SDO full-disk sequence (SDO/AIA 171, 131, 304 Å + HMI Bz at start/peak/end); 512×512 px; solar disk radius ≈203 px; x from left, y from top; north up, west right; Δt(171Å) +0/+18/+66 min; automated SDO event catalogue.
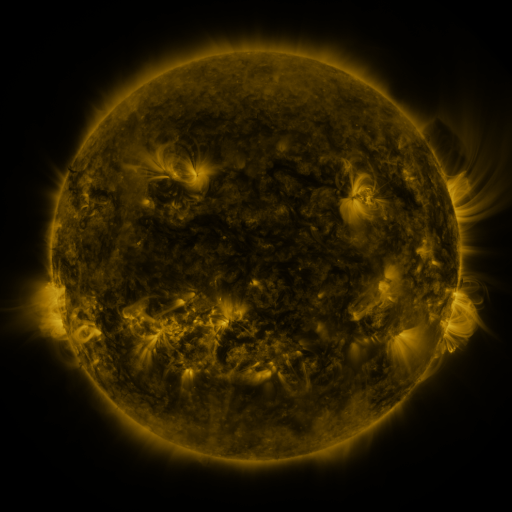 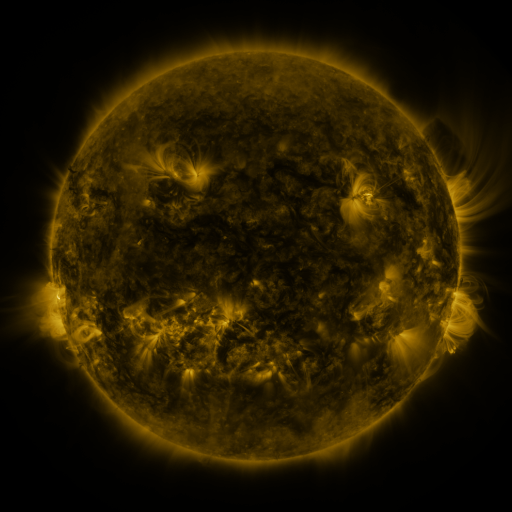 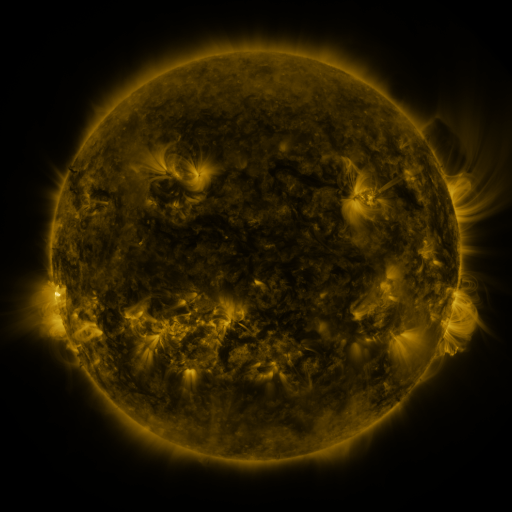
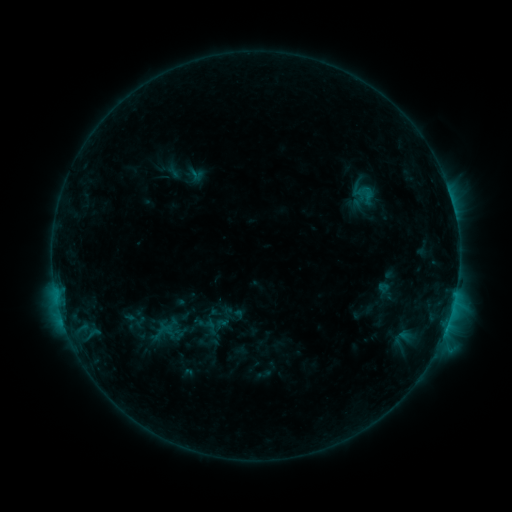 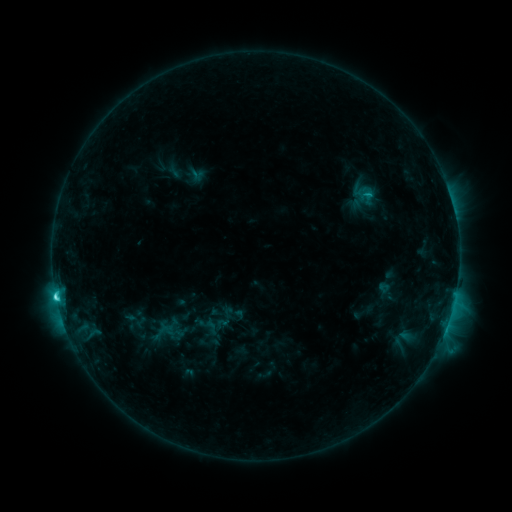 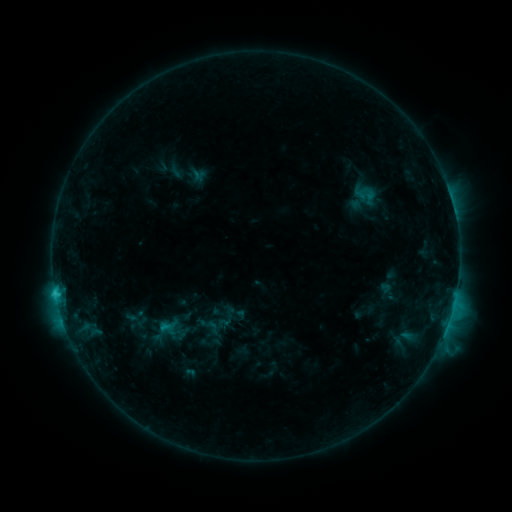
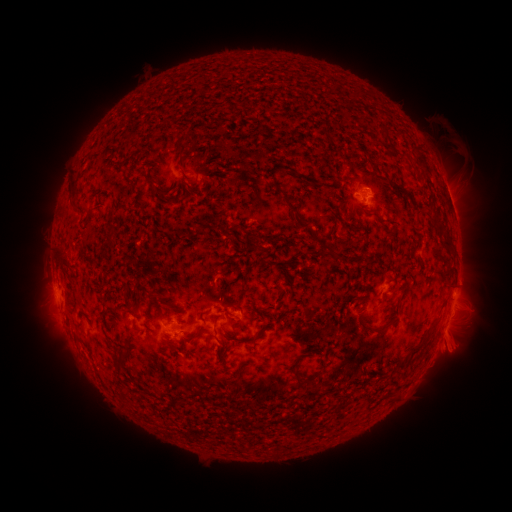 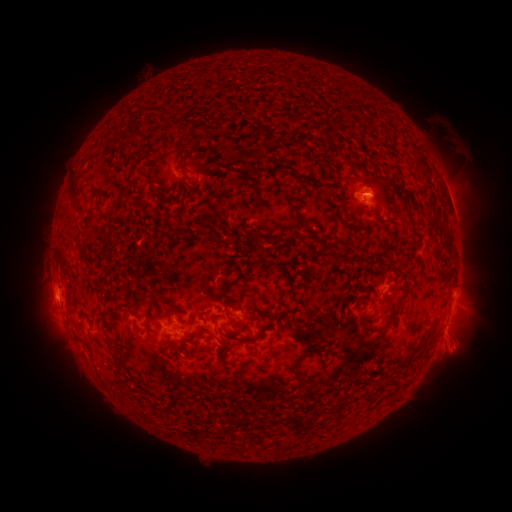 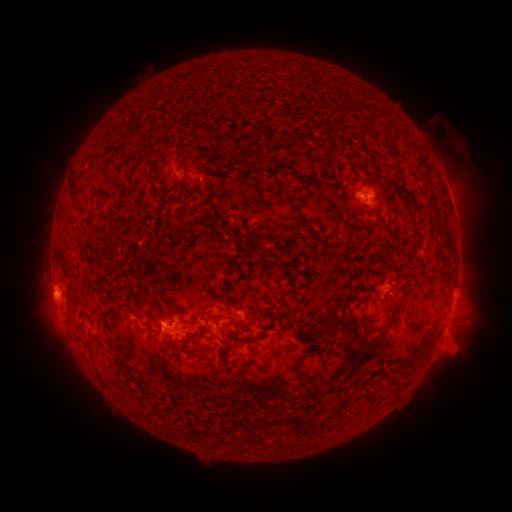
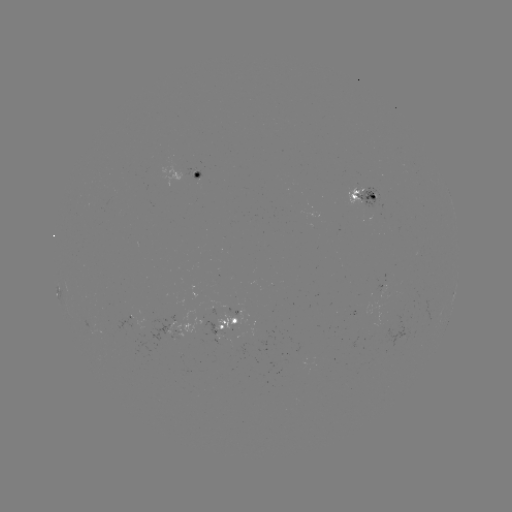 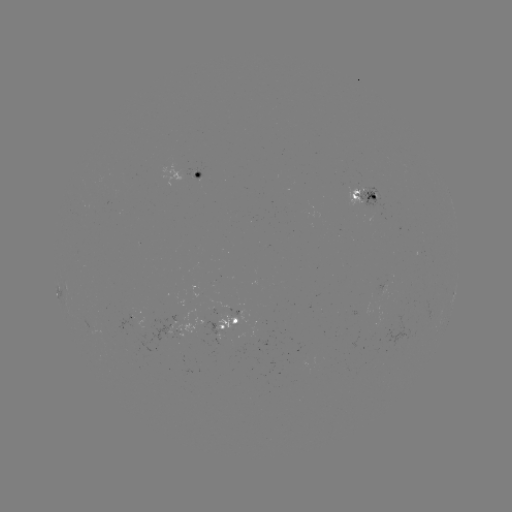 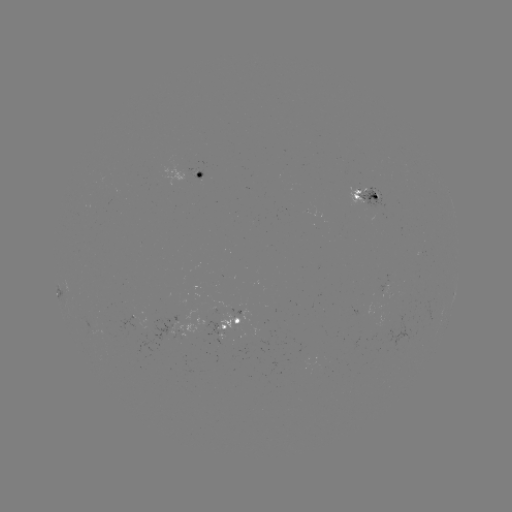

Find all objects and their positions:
C3.2 flare: (56, 294)
